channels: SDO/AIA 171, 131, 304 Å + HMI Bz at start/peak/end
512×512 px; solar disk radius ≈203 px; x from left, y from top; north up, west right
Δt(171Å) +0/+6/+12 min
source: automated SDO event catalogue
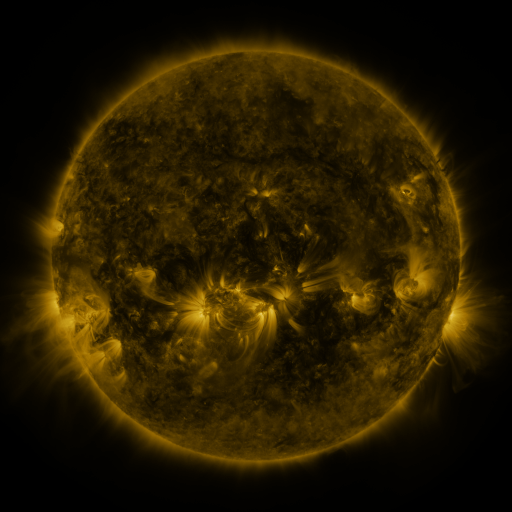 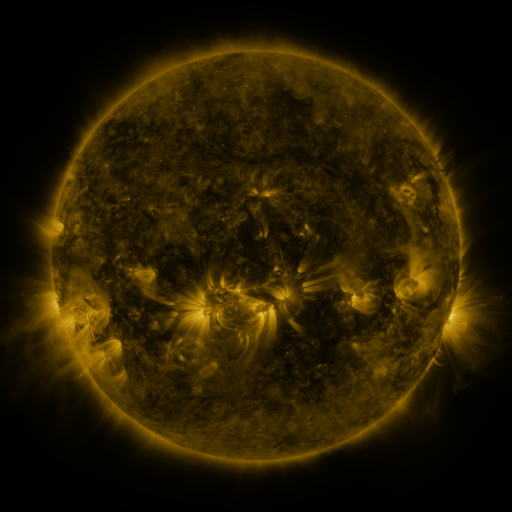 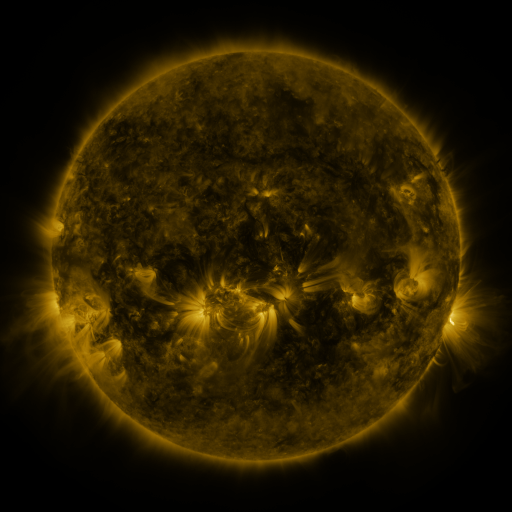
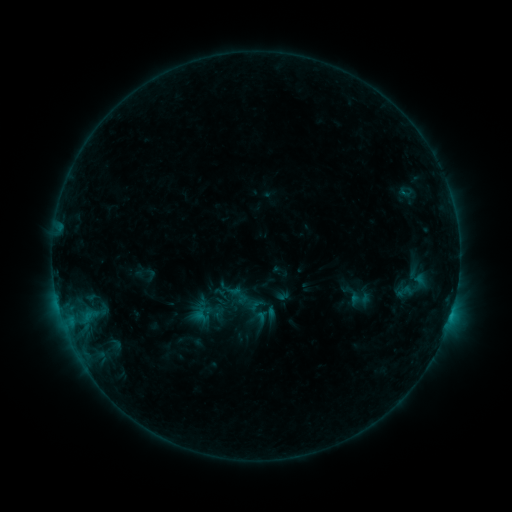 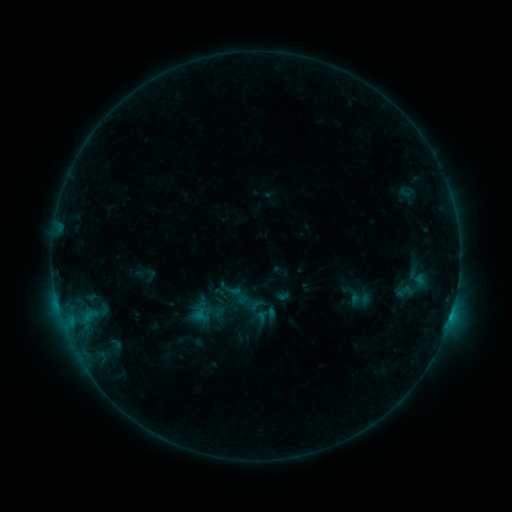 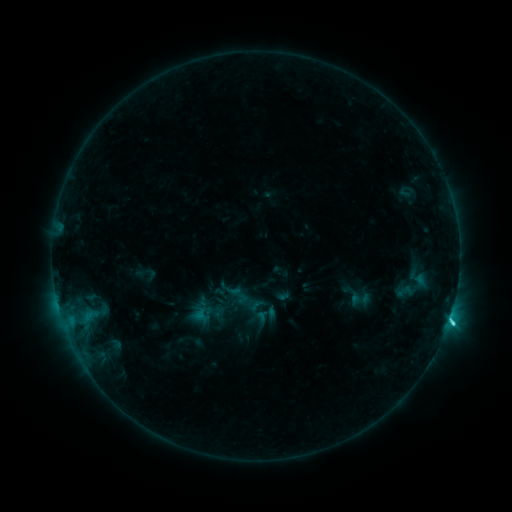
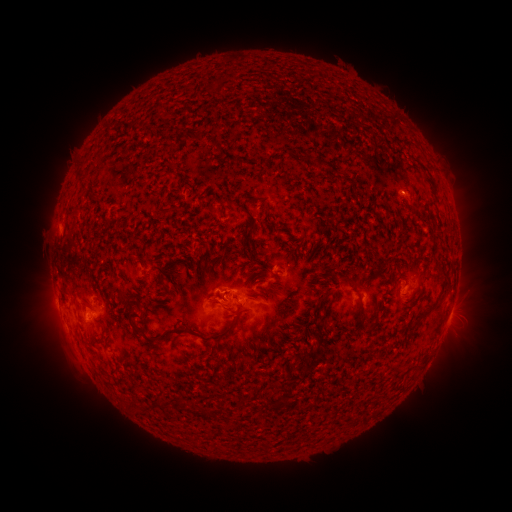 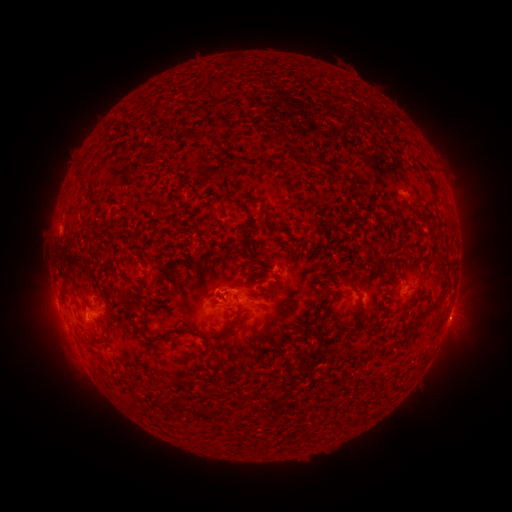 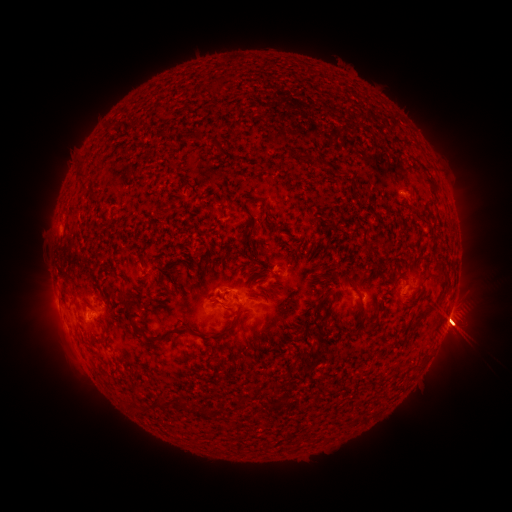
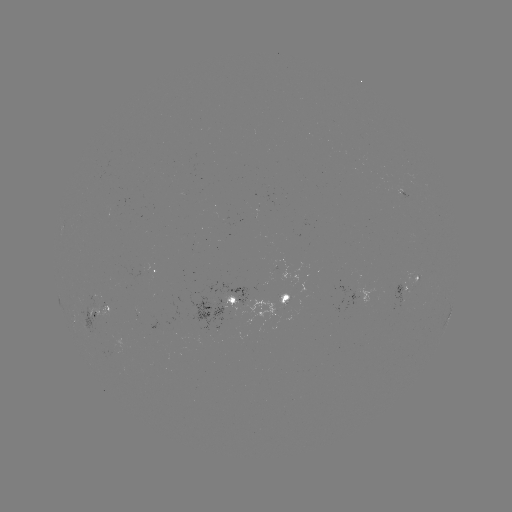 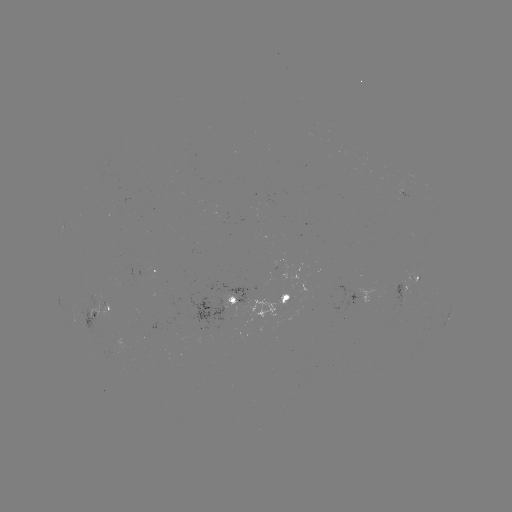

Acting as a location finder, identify C4.7 flare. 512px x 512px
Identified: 449,318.